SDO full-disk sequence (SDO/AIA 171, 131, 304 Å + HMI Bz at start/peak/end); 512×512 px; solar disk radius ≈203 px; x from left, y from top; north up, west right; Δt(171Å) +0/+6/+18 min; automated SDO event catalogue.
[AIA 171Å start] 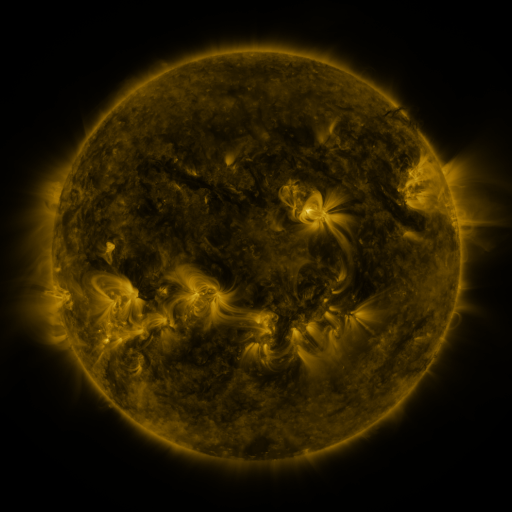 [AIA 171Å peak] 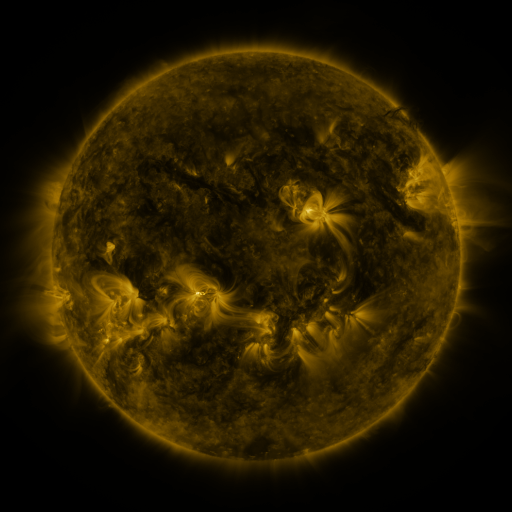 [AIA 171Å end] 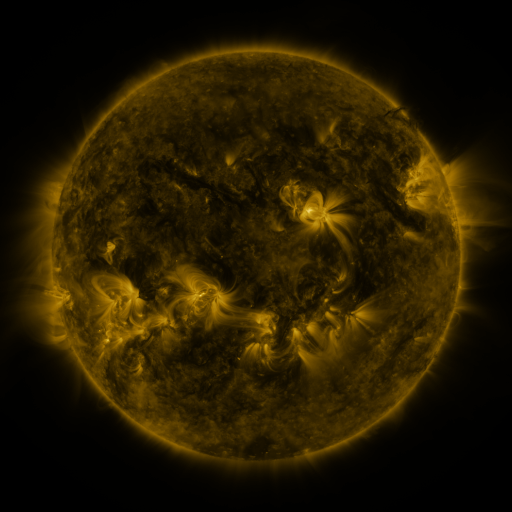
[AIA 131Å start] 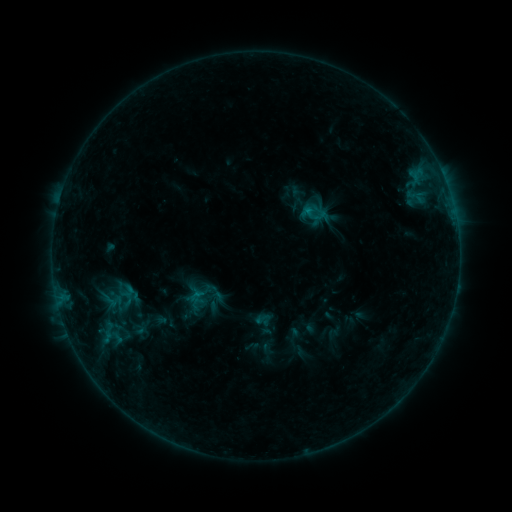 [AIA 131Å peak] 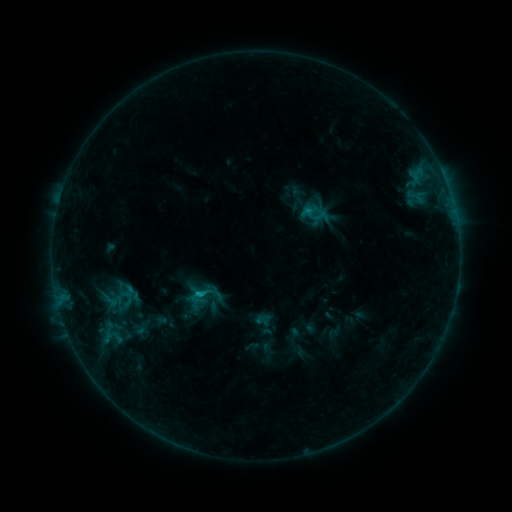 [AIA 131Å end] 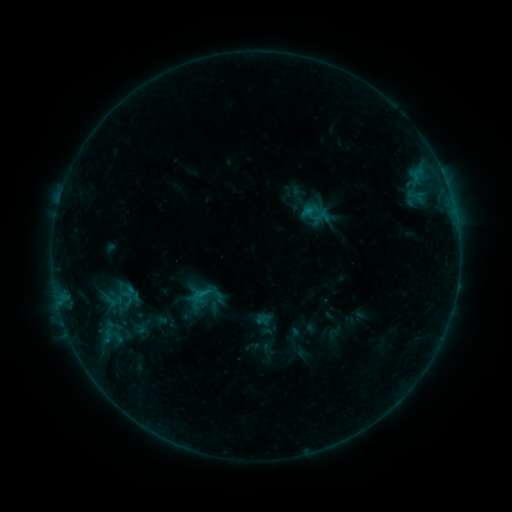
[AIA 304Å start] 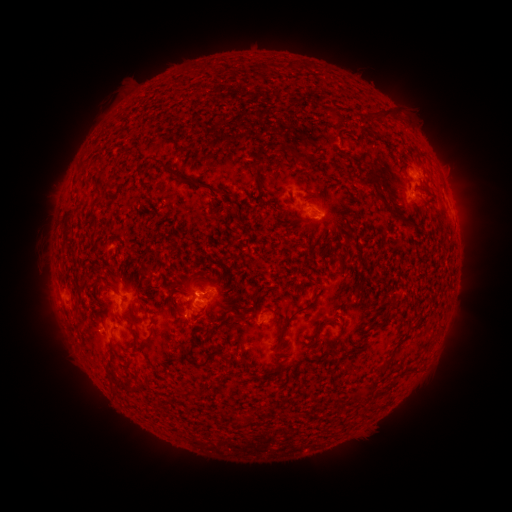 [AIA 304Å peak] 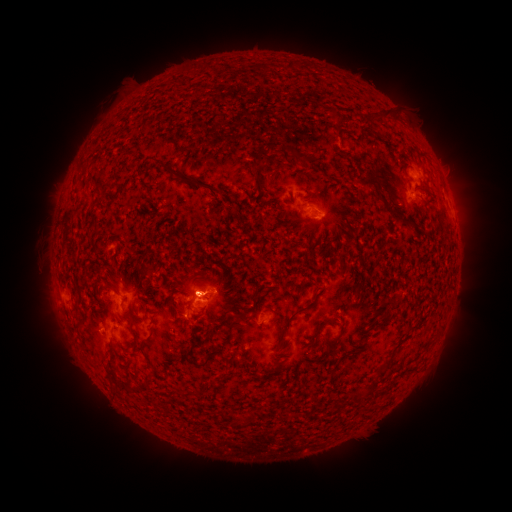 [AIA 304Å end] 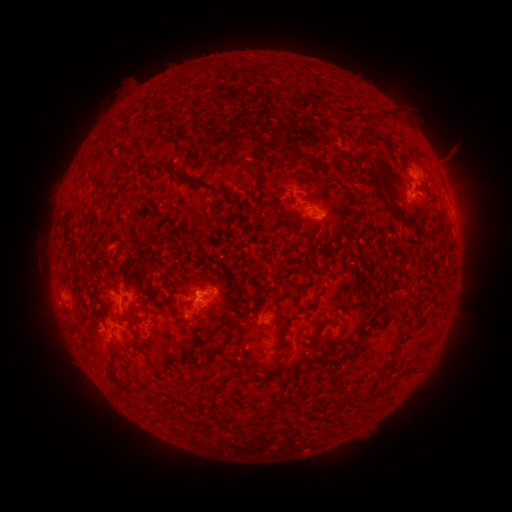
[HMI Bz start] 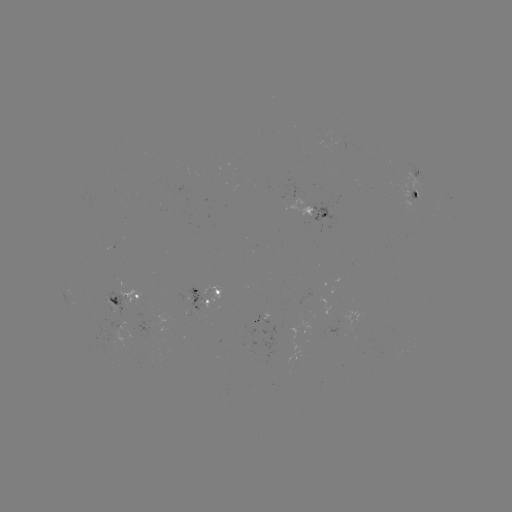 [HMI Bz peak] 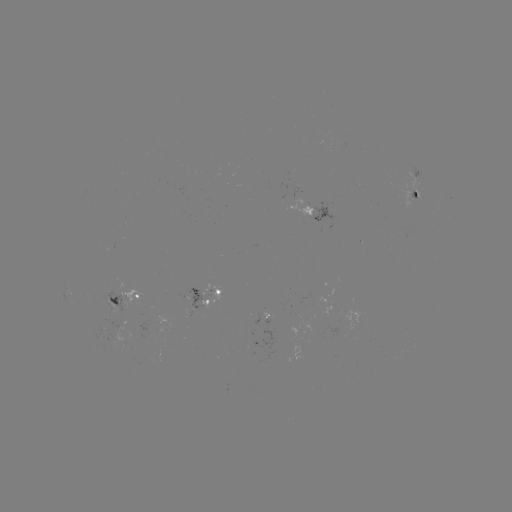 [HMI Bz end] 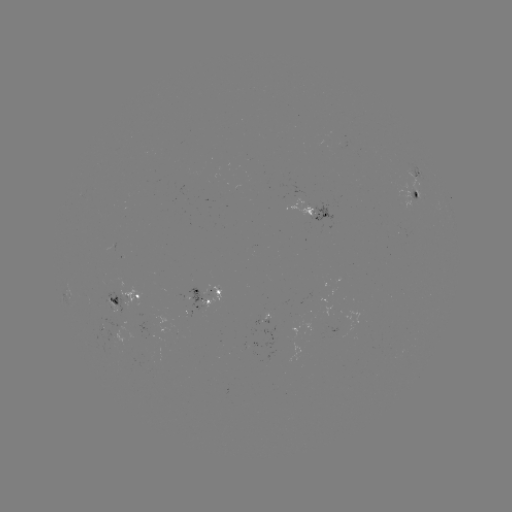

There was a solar flare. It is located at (200, 291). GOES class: B5.2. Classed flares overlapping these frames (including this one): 1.